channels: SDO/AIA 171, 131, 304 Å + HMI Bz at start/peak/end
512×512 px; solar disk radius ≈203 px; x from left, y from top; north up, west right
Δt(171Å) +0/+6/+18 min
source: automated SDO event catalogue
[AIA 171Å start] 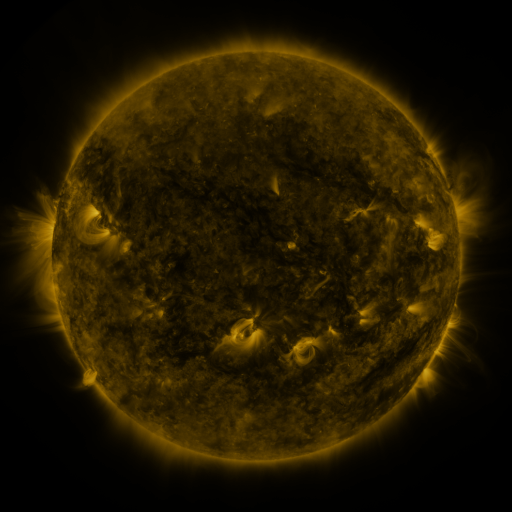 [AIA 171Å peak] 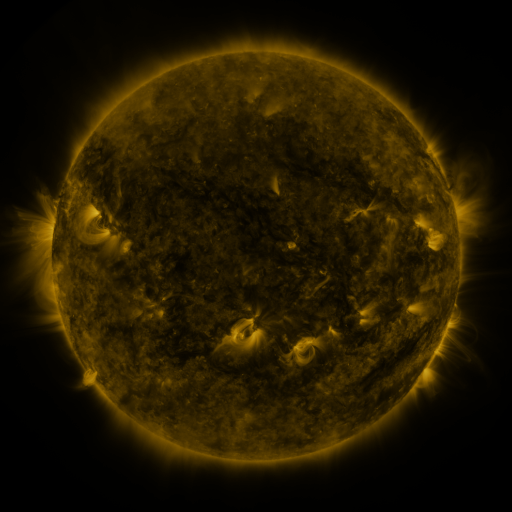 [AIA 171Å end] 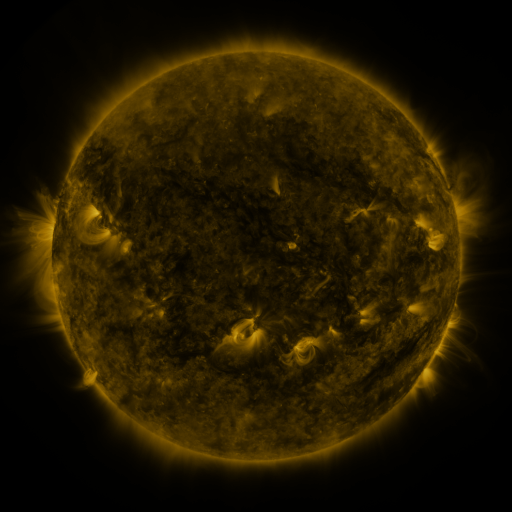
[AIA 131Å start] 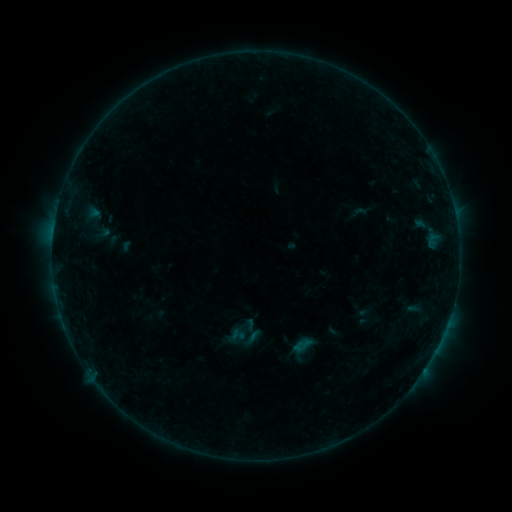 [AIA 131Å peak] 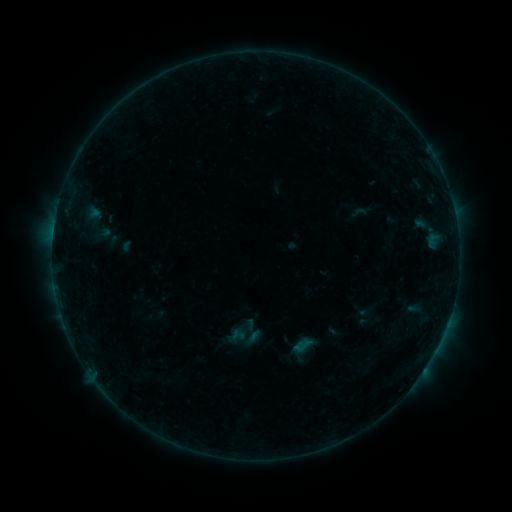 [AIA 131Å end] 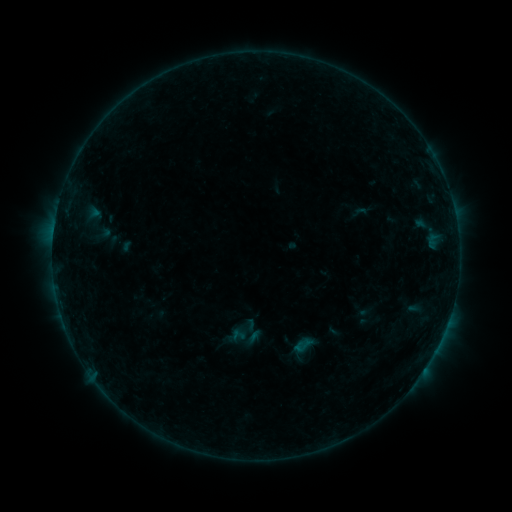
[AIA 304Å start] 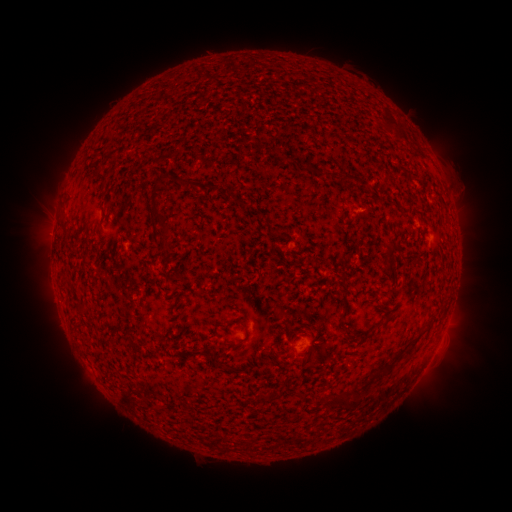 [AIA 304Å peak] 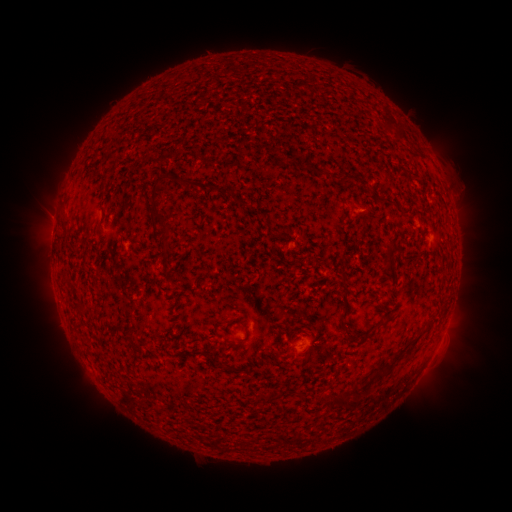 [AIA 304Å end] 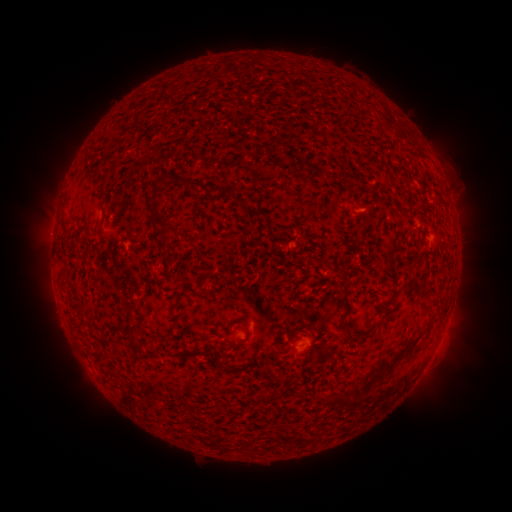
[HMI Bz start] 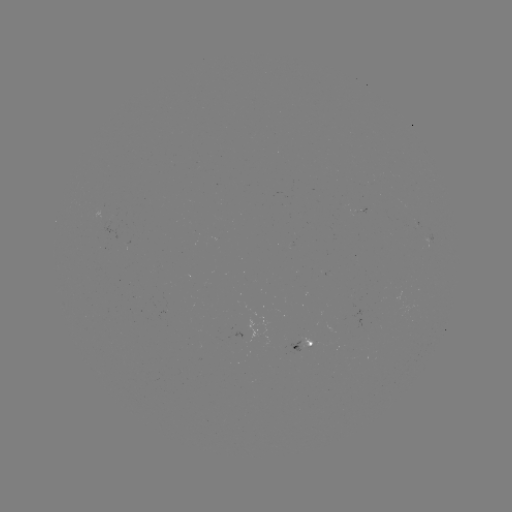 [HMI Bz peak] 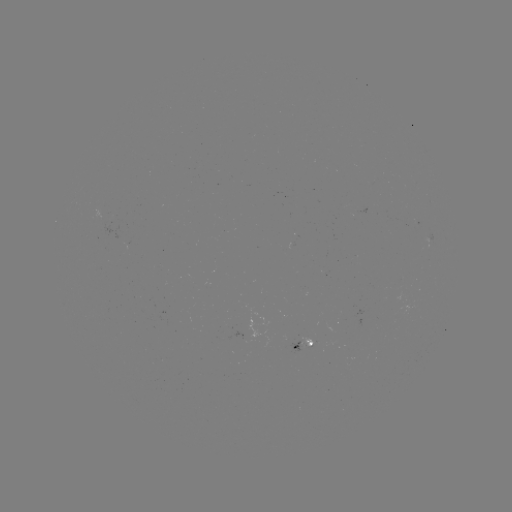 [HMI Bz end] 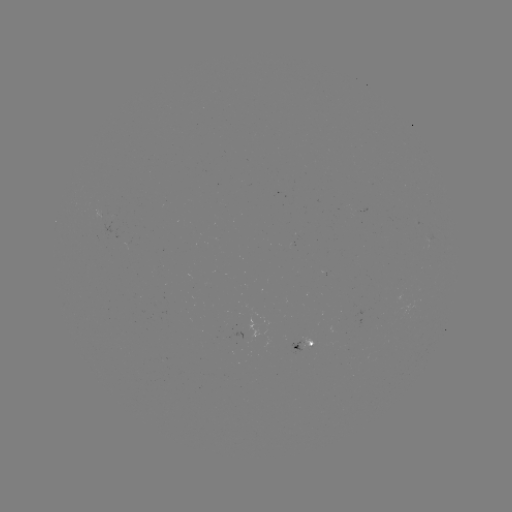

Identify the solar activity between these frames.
no classed flare was catalogued and no EUV brightening was flagged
